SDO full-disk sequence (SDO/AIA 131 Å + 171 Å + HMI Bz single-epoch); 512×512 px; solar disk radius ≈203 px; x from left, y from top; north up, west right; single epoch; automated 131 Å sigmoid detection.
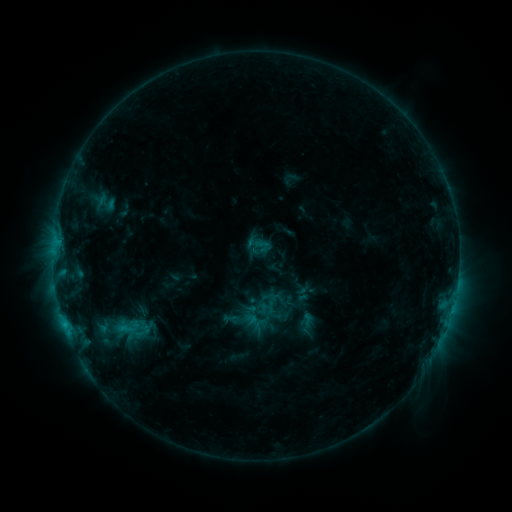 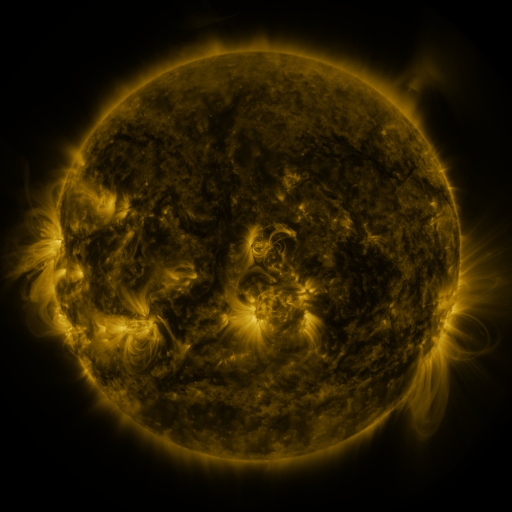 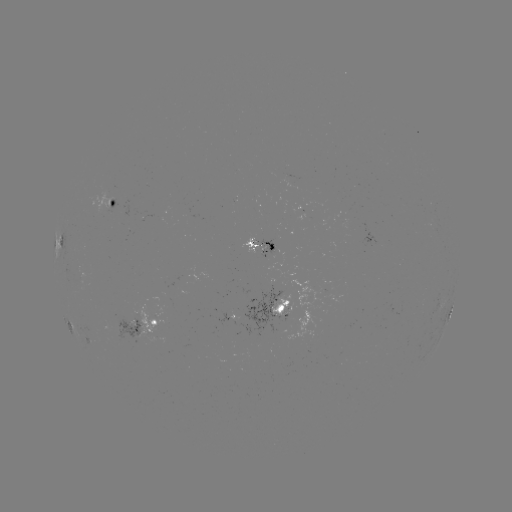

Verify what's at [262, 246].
sigmoid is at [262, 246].